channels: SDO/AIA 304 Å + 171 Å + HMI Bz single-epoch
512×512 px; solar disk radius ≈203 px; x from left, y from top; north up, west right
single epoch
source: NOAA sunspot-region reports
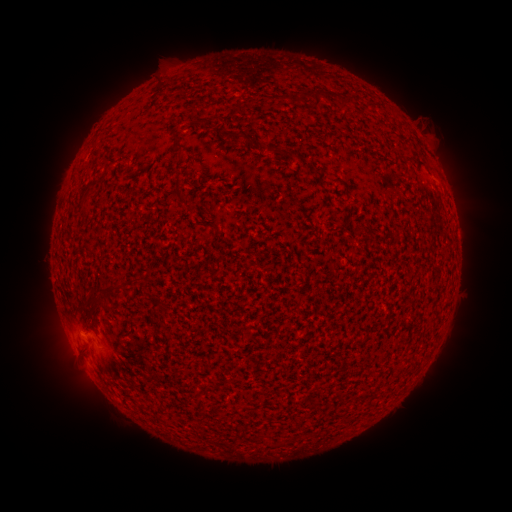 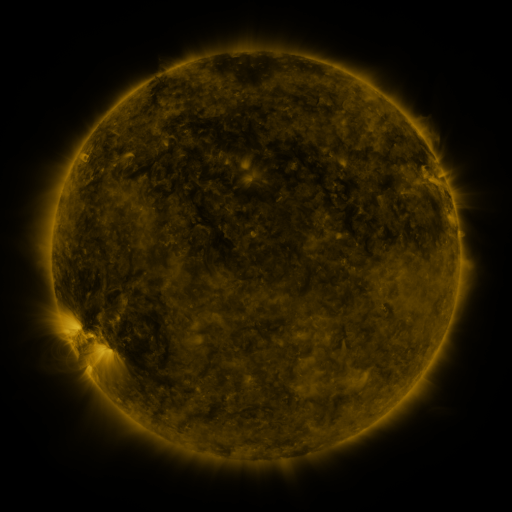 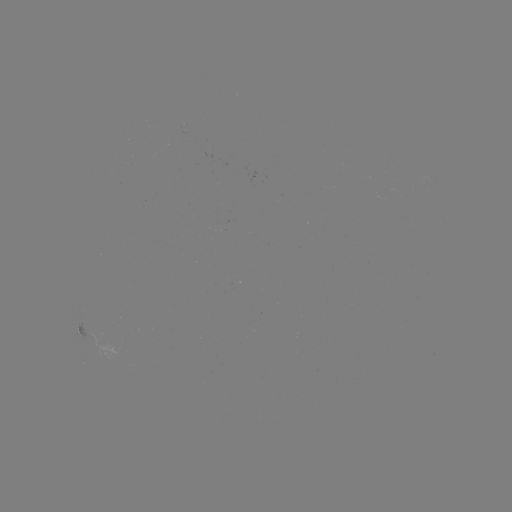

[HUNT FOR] spotted active region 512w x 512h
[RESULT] [80, 327]